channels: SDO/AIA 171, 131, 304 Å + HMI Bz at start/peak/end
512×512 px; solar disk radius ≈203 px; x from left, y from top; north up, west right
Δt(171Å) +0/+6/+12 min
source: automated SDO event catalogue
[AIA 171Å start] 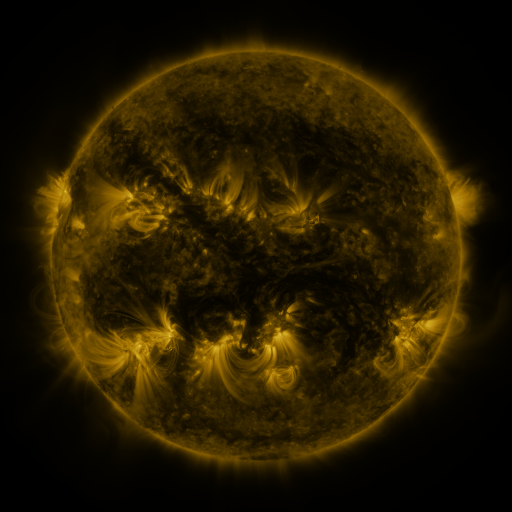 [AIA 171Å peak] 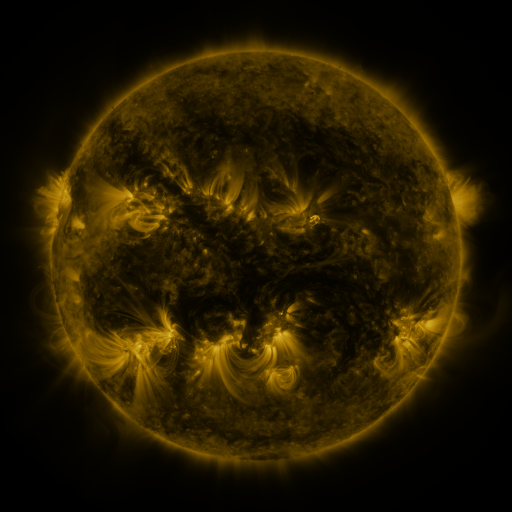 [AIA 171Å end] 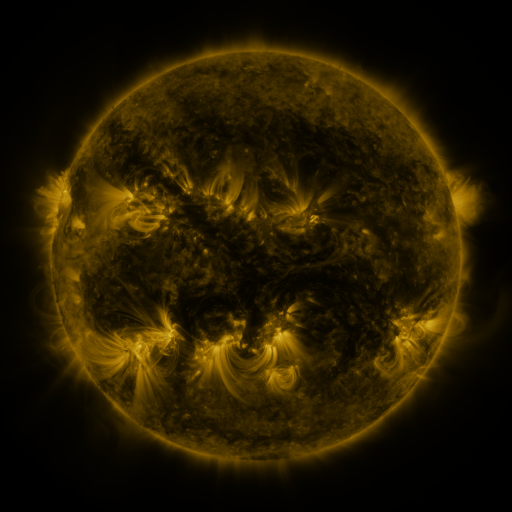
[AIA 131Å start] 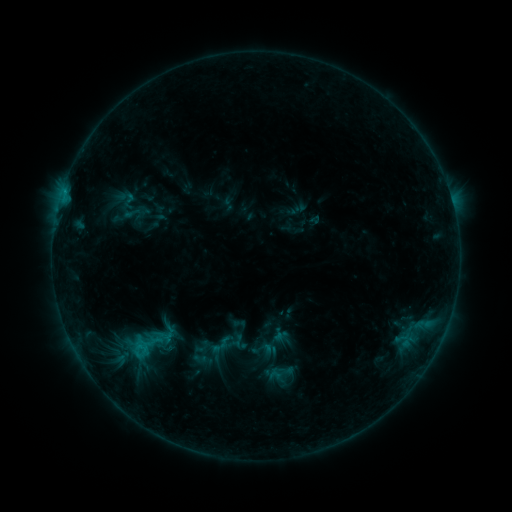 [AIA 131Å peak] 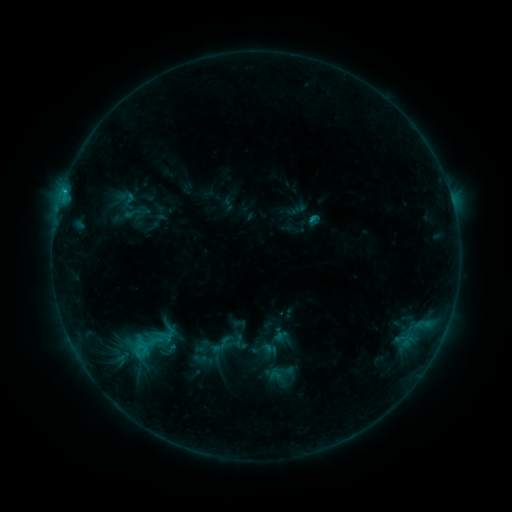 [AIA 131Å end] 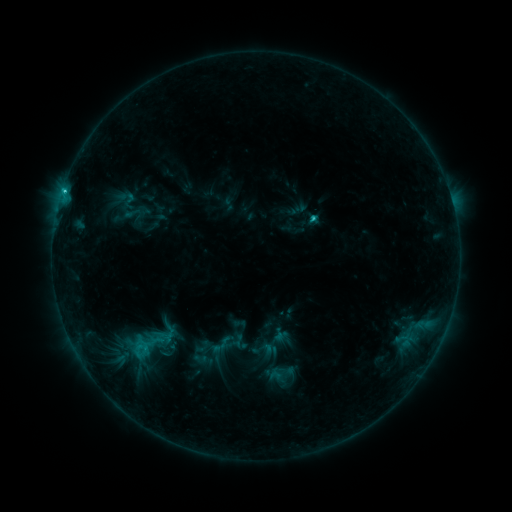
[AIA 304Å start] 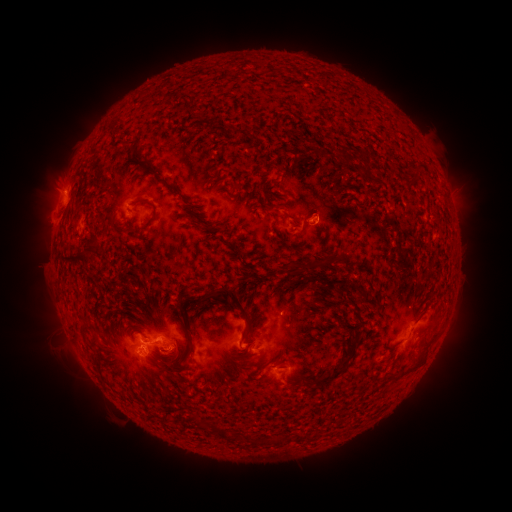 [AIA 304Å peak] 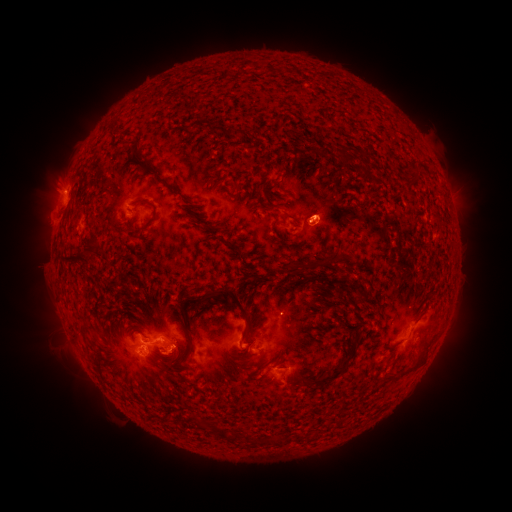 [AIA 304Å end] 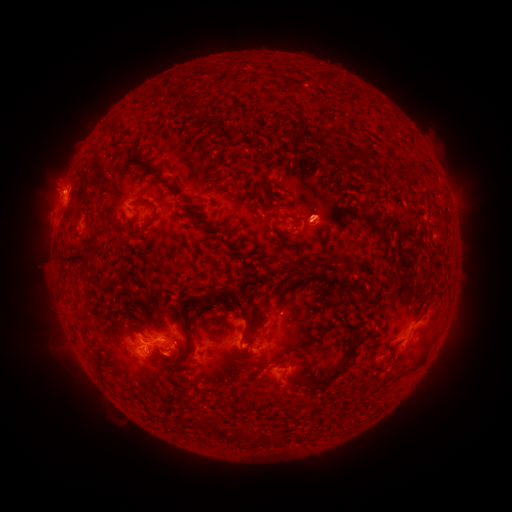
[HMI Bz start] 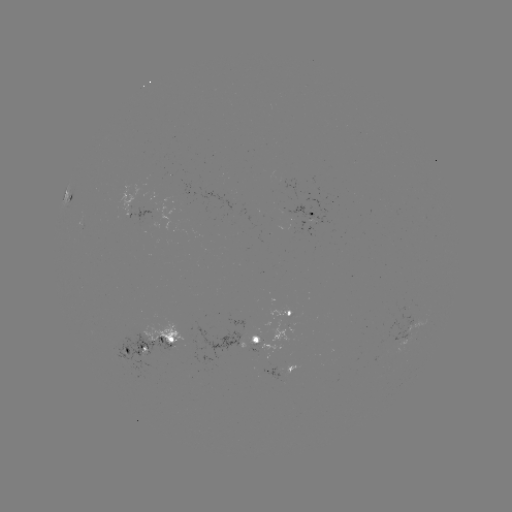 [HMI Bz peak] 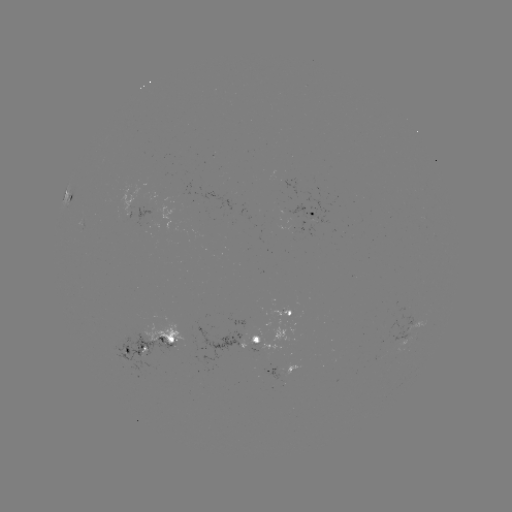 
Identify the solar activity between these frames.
eruption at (323, 206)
